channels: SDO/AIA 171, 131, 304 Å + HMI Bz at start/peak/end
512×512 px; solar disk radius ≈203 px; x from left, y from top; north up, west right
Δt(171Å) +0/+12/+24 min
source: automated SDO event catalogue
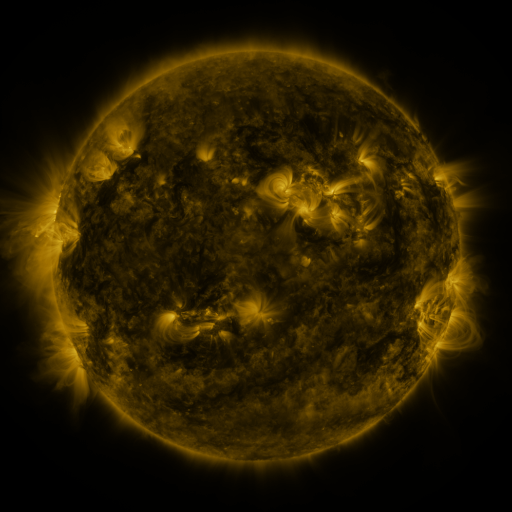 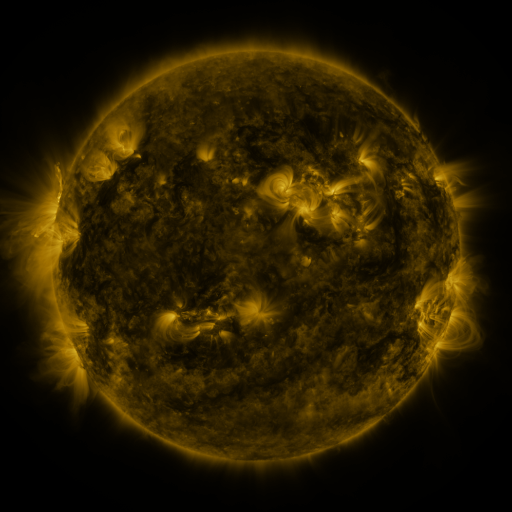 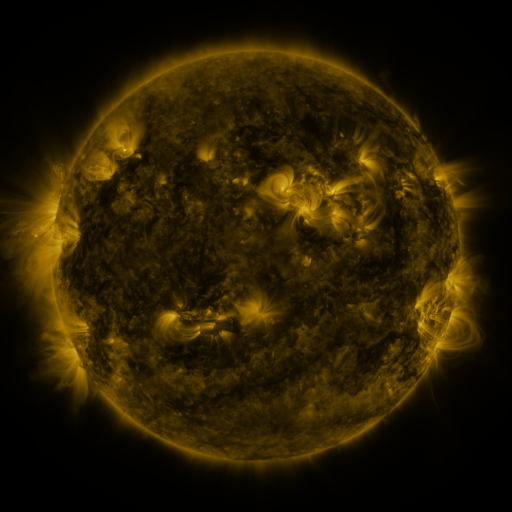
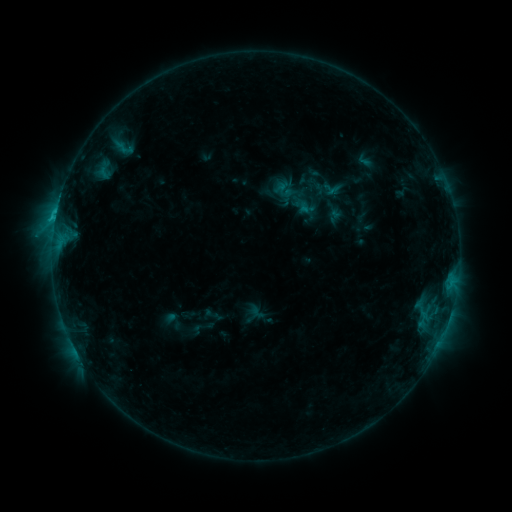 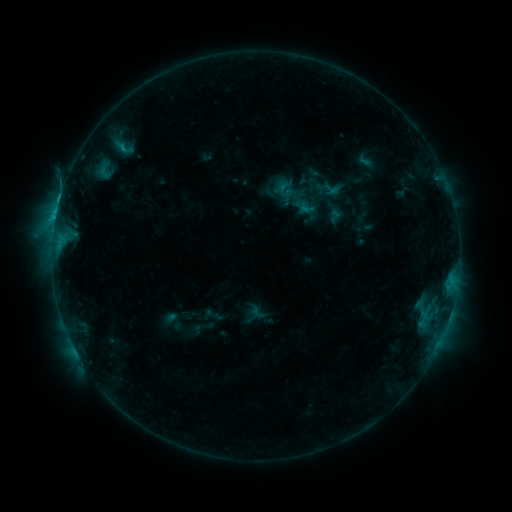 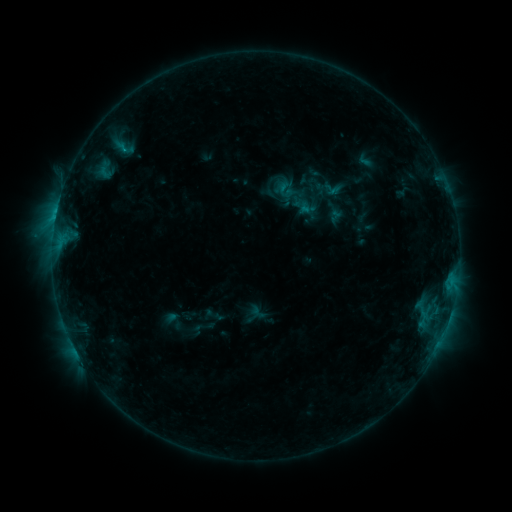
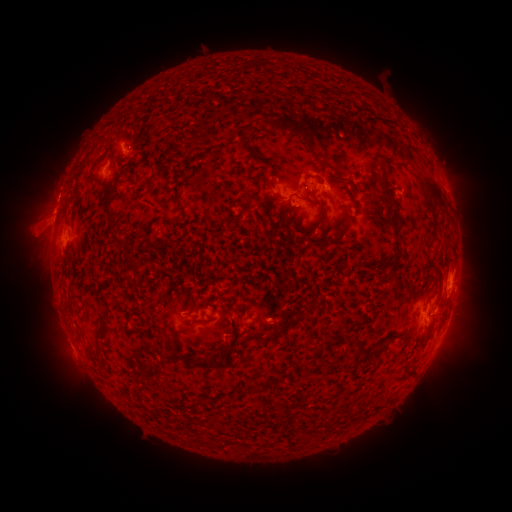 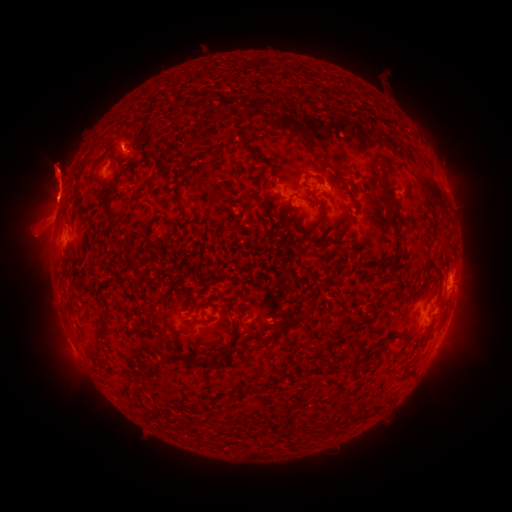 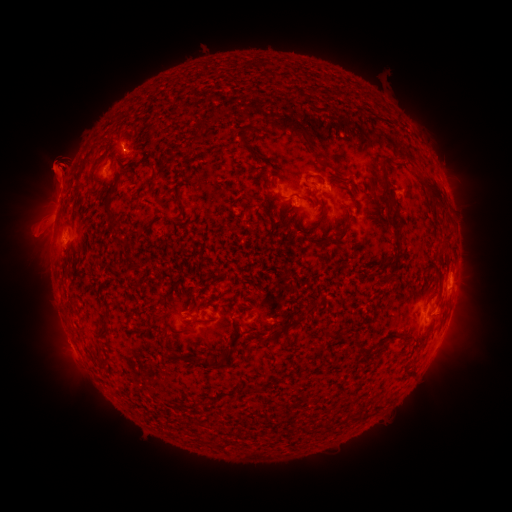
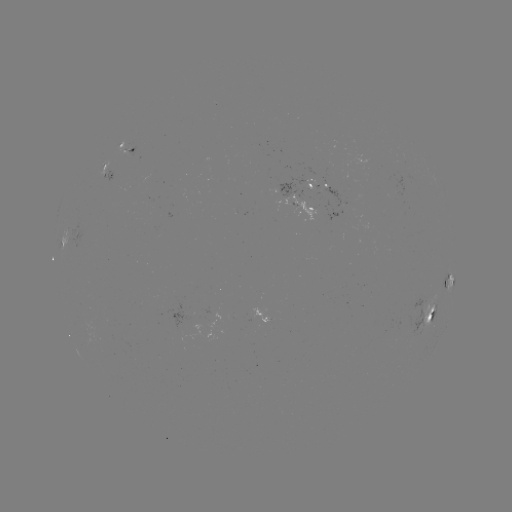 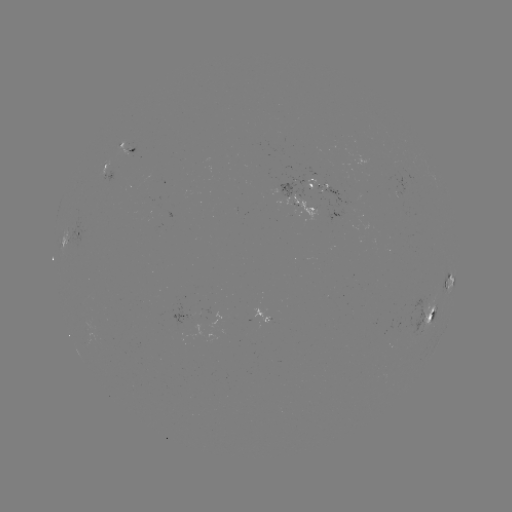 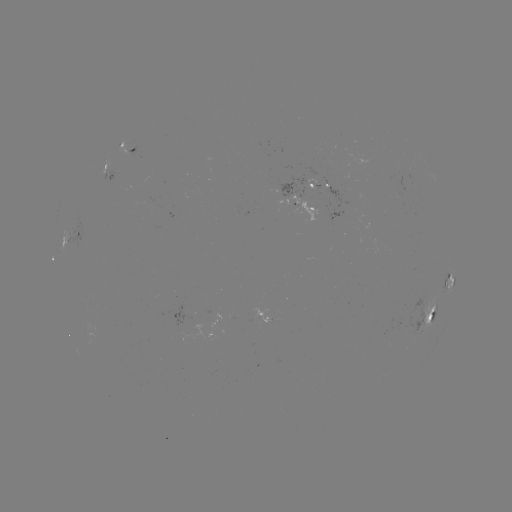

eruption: [22, 132, 90, 229]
